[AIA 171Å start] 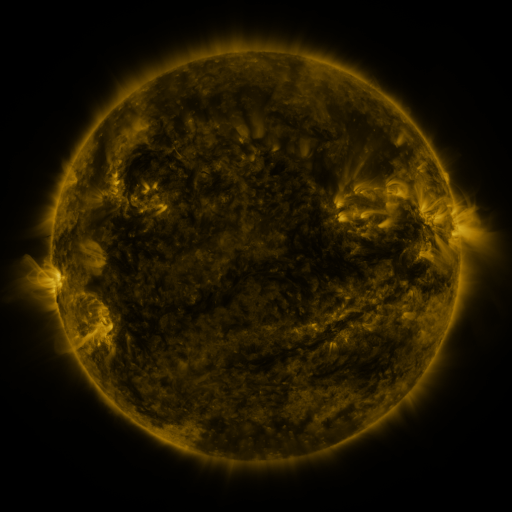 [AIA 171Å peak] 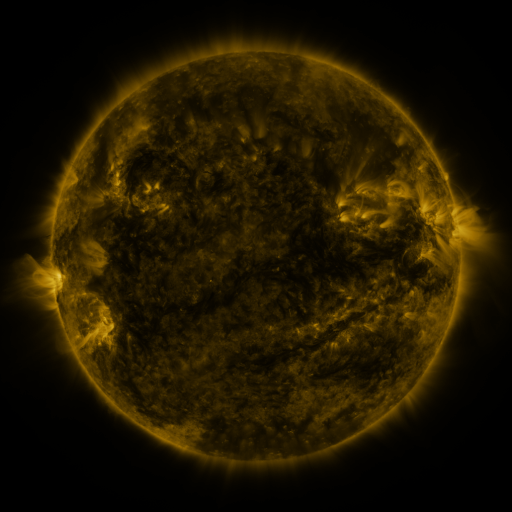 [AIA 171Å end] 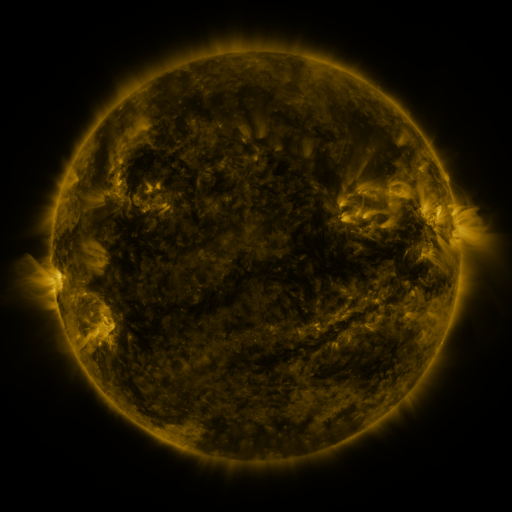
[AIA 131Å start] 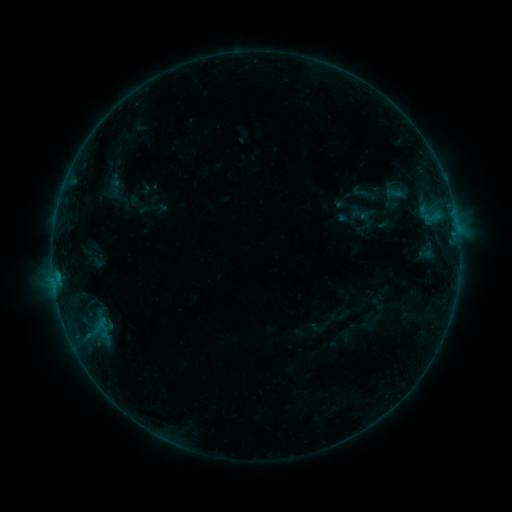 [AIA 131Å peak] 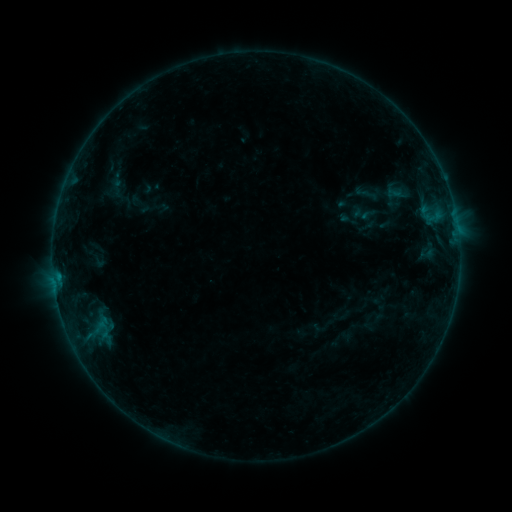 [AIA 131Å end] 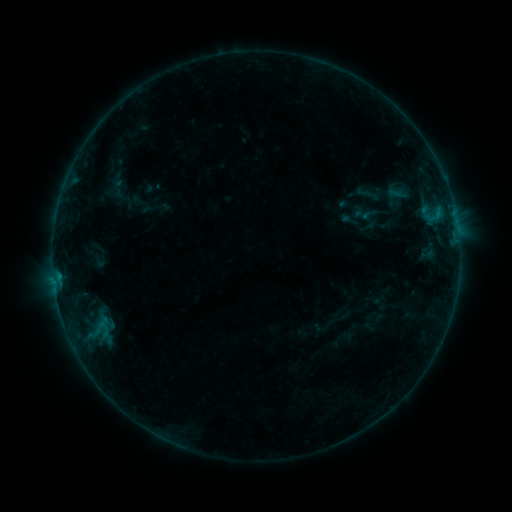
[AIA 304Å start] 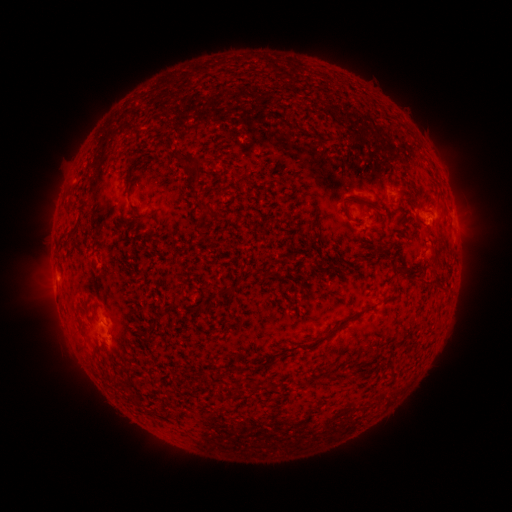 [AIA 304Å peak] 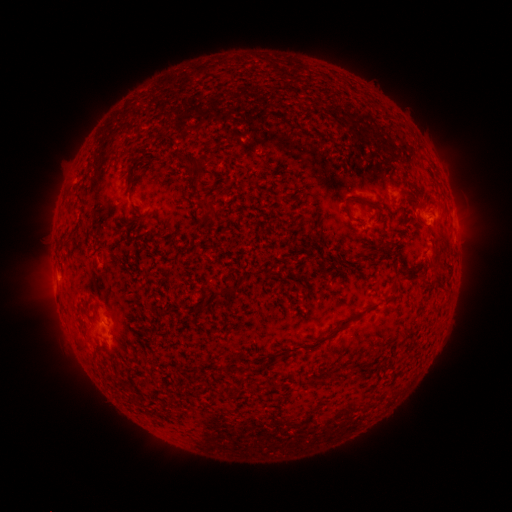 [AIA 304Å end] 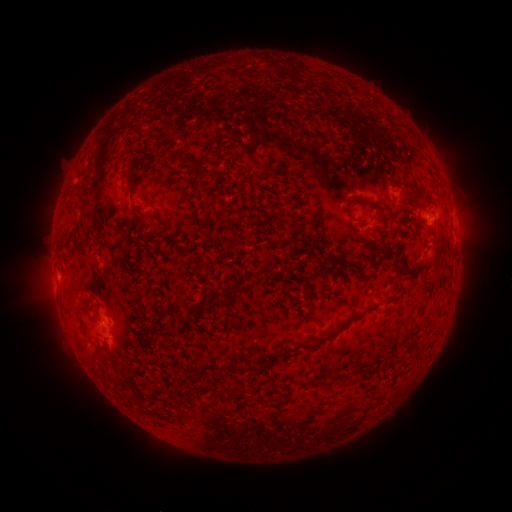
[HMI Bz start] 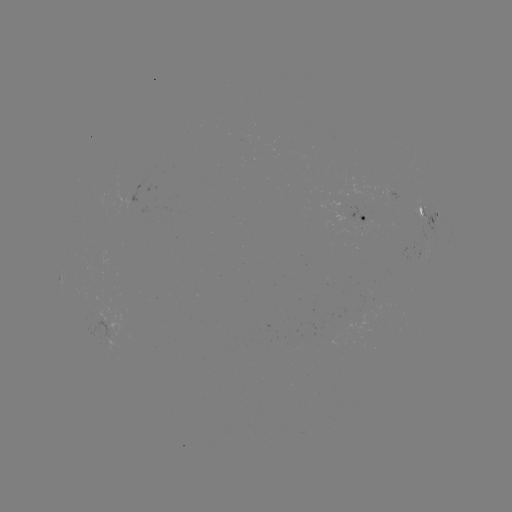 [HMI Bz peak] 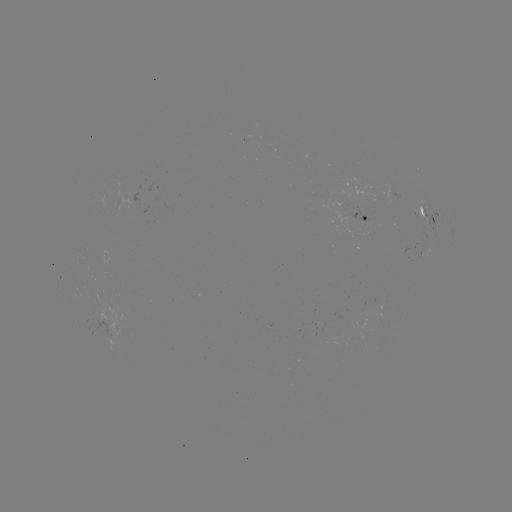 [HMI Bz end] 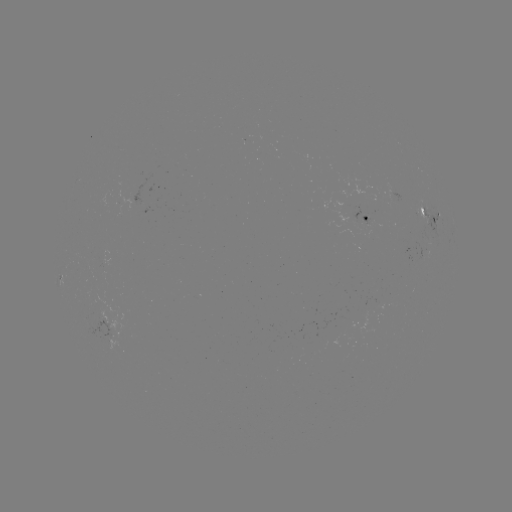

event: emerging-flux region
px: (121, 202)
